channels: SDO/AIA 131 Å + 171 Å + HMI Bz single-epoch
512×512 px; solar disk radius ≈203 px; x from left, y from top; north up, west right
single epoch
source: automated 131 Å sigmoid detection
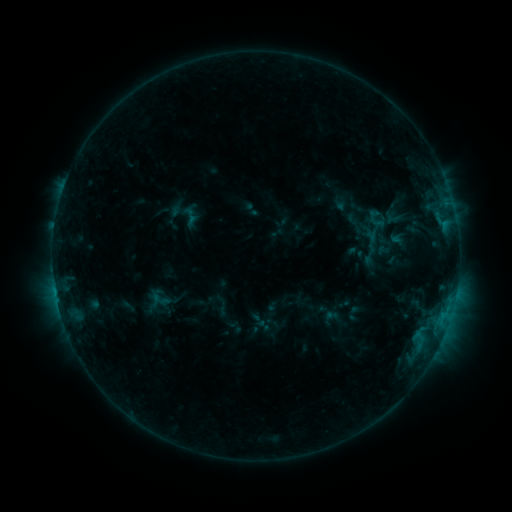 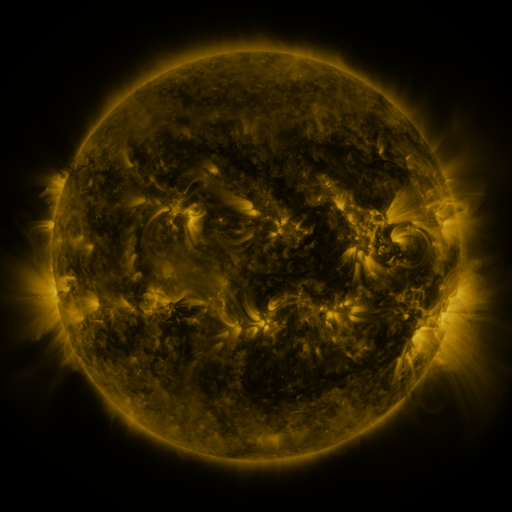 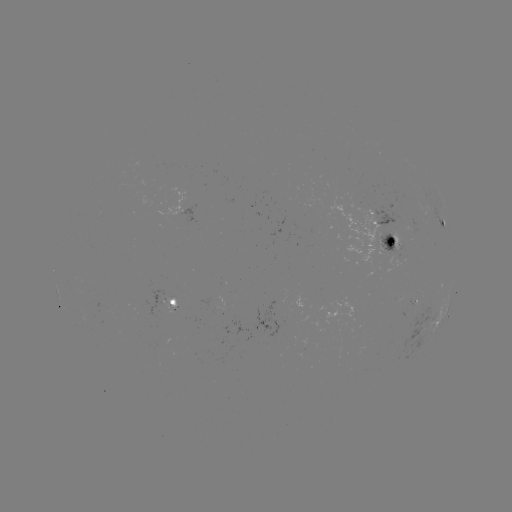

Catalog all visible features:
sigmoid: <bbox>181, 205, 200, 224</bbox>
sigmoid: <bbox>149, 289, 171, 309</bbox>
